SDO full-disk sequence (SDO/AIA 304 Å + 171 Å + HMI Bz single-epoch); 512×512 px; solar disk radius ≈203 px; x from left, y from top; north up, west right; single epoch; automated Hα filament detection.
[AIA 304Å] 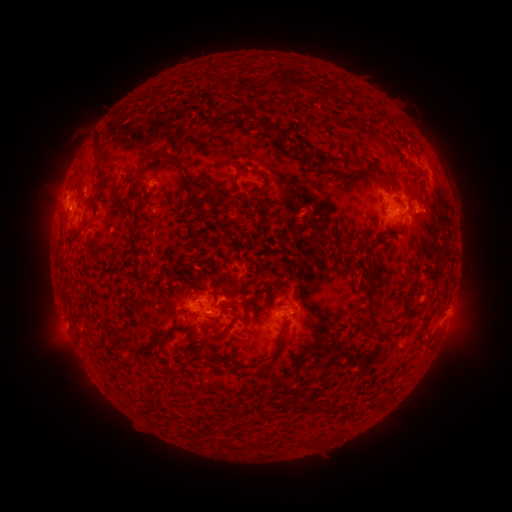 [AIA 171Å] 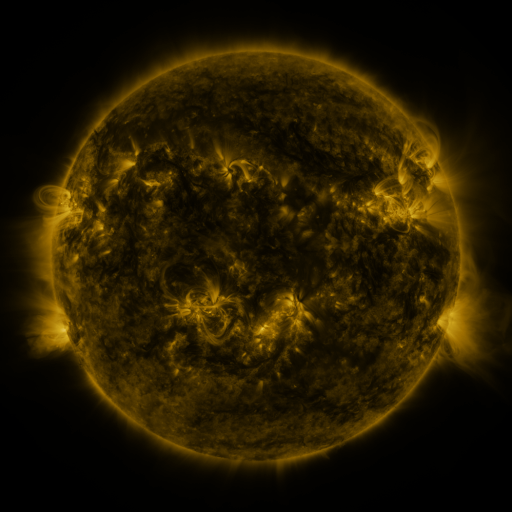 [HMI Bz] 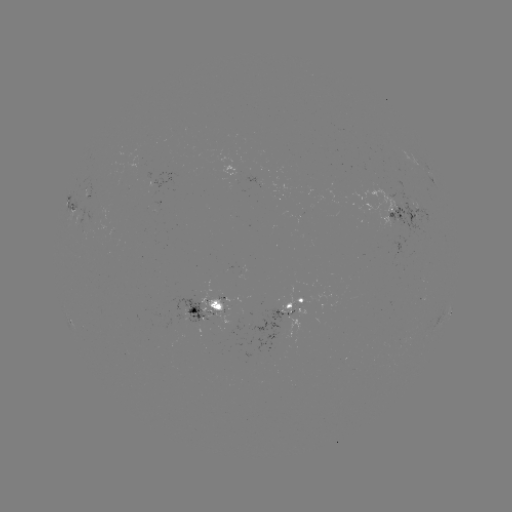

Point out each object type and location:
filament: <bbox>279, 70, 303, 92</bbox>
filament: <bbox>319, 92, 330, 102</bbox>
filament: <bbox>222, 109, 247, 122</bbox>
filament: <bbox>263, 123, 281, 136</bbox>
filament: <bbox>94, 134, 102, 156</bbox>
filament: <bbox>151, 148, 212, 192</bbox>
filament: <bbox>310, 162, 321, 172</bbox>
filament: <bbox>354, 168, 379, 178</bbox>
filament: <bbox>134, 171, 144, 181</bbox>
filament: <bbox>199, 198, 207, 216</bbox>
filament: <bbox>228, 198, 241, 208</bbox>
filament: <bbox>258, 206, 268, 237</bbox>
filament: <bbox>87, 214, 95, 226</bbox>
filament: <bbox>364, 271, 378, 320</bbox>
filament: <bbox>222, 315, 247, 334</bbox>
filament: <bbox>198, 316, 222, 331</bbox>
filament: <bbox>385, 332, 403, 340</bbox>
filament: <bbox>196, 333, 211, 351</bbox>
filament: <bbox>135, 343, 153, 353</bbox>
filament: <bbox>257, 359, 273, 375</bbox>
filament: <bbox>297, 400, 308, 415</bbox>
filament: <bbox>297, 437, 306, 448</bbox>
filament: <bbox>253, 439, 263, 449</bbox>
filament: <bbox>225, 440, 240, 451</bbox>
